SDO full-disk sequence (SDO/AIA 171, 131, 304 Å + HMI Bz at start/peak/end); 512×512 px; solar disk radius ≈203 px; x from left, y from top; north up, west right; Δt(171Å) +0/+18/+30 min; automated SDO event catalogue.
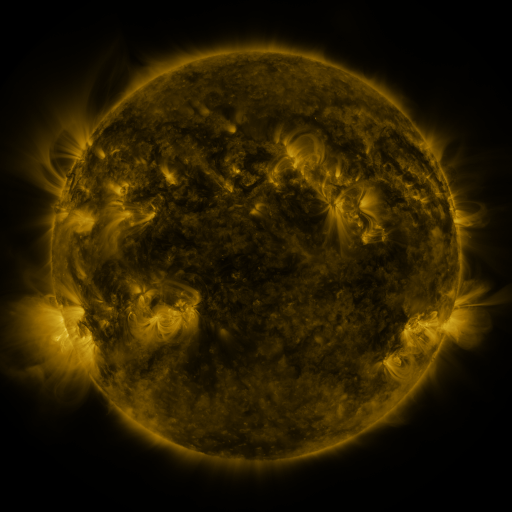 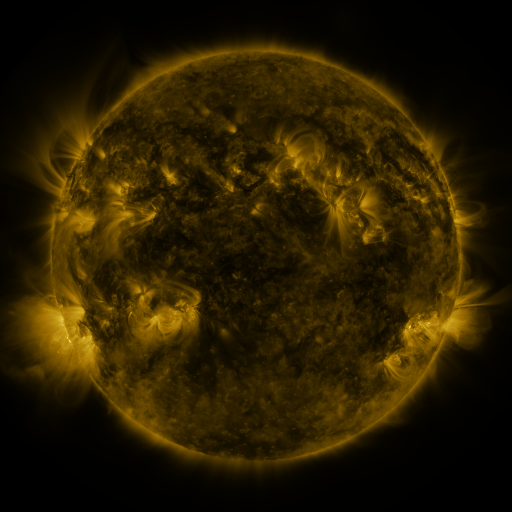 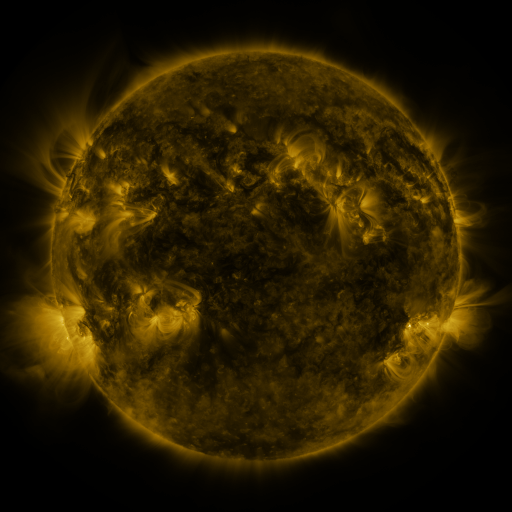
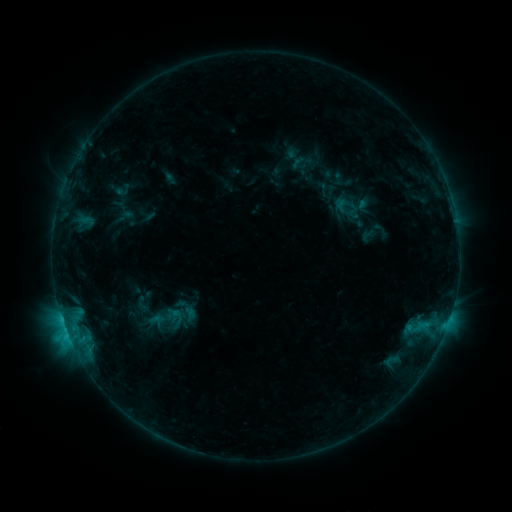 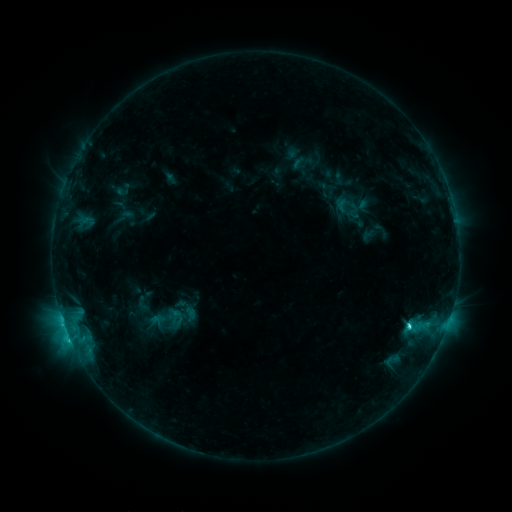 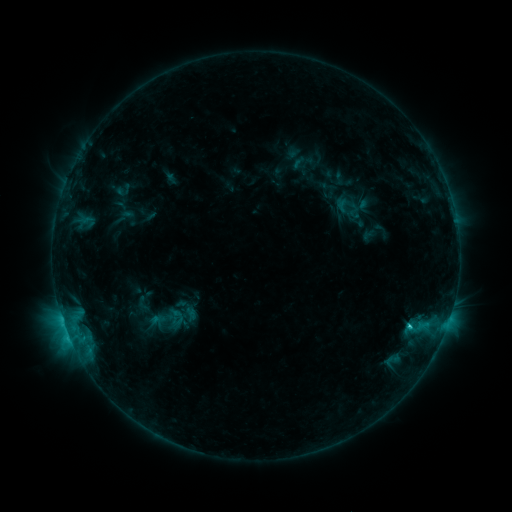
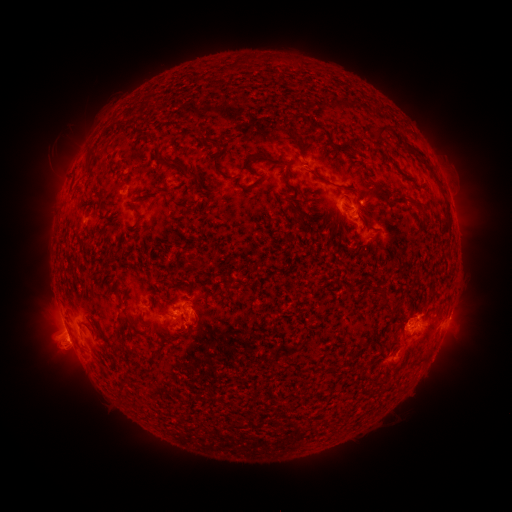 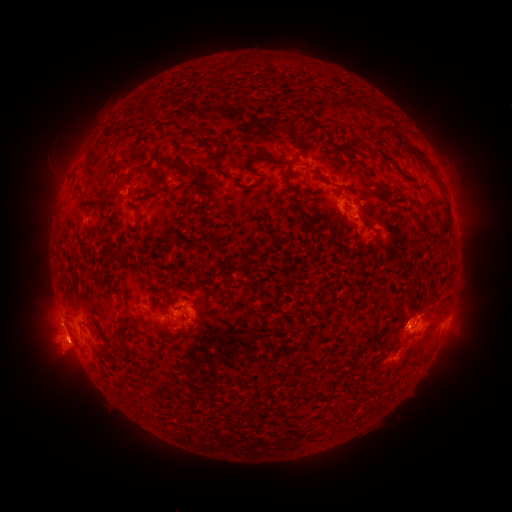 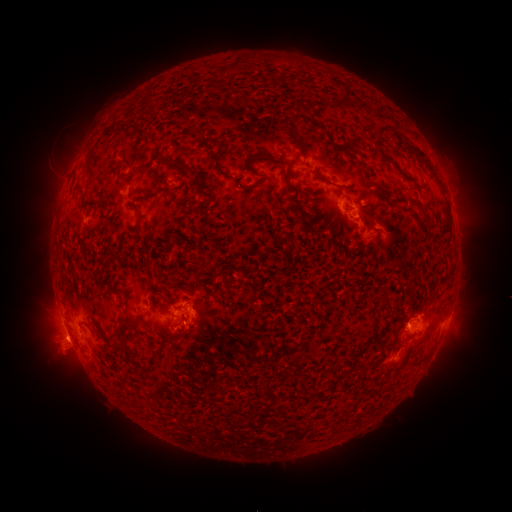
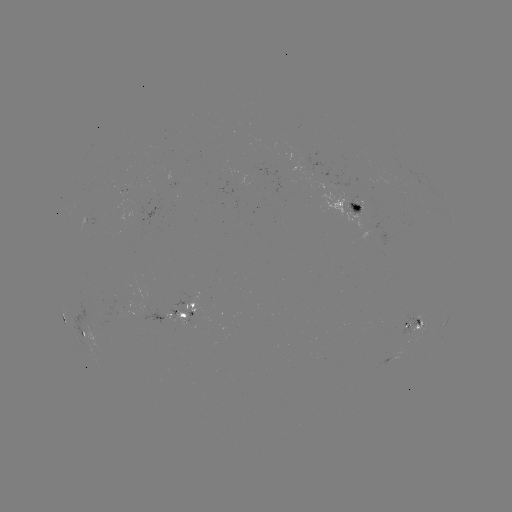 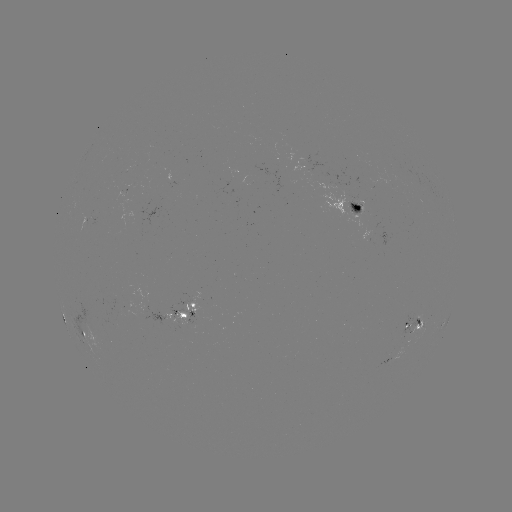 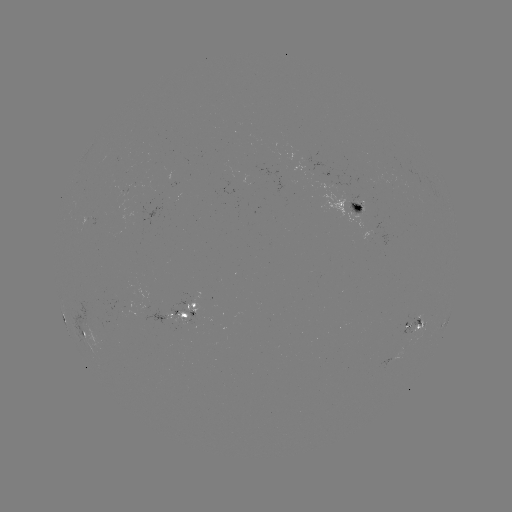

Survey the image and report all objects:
C2.3 flare: (409, 324)
